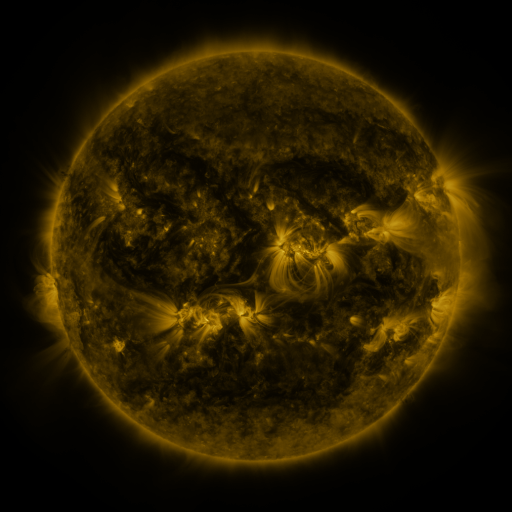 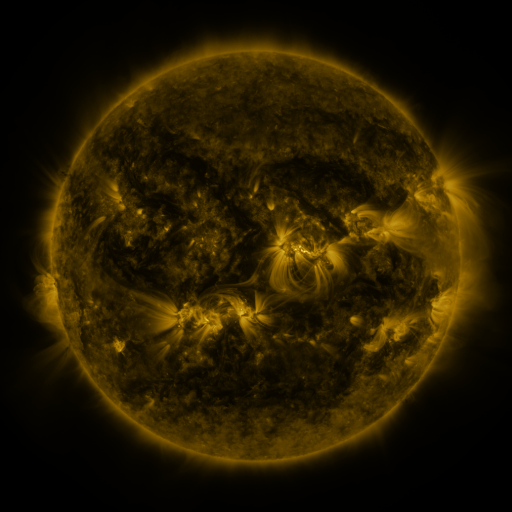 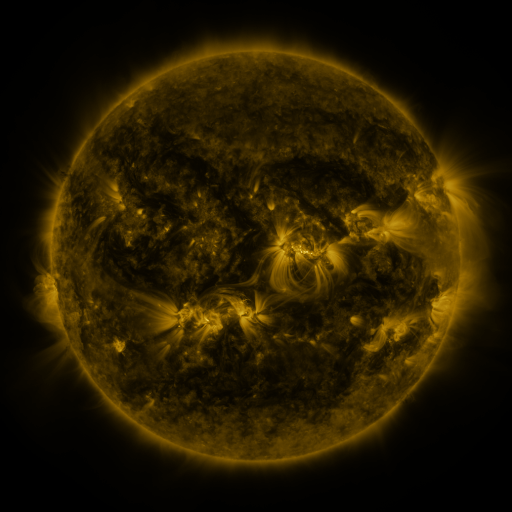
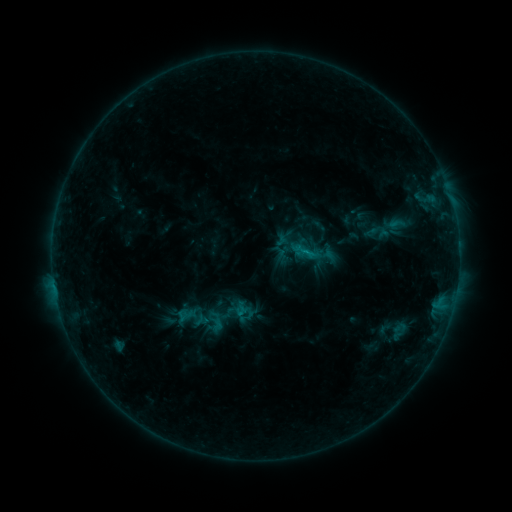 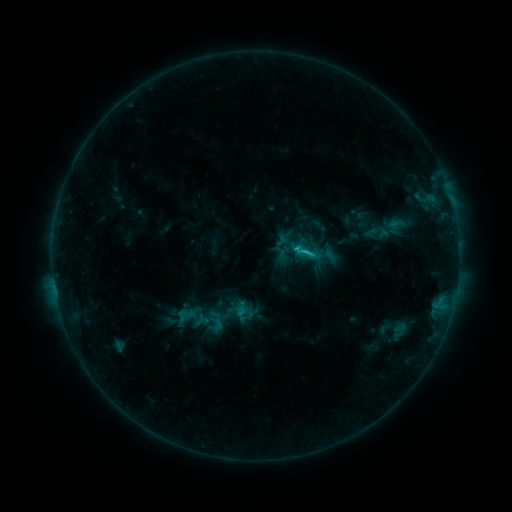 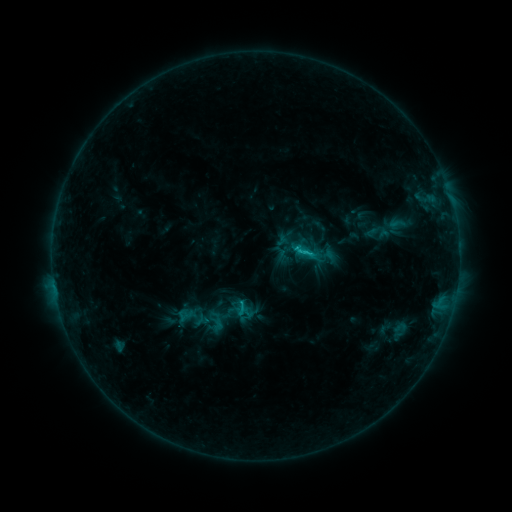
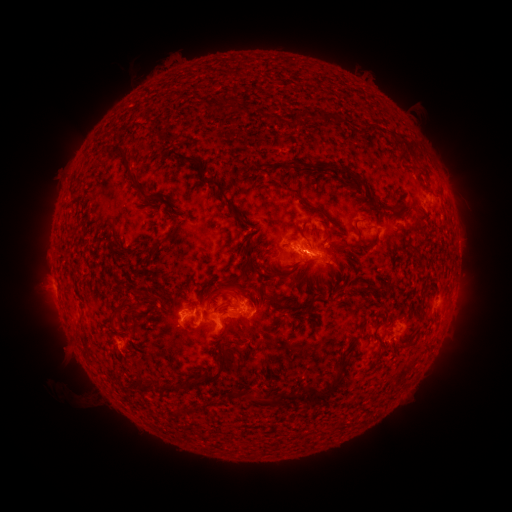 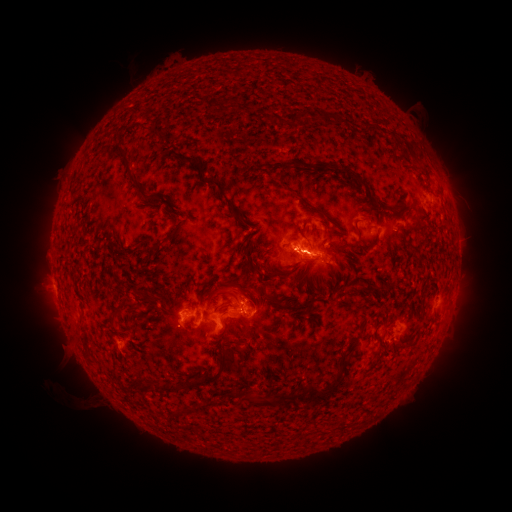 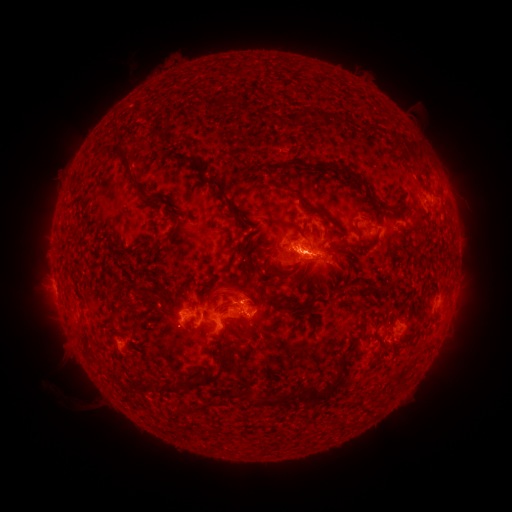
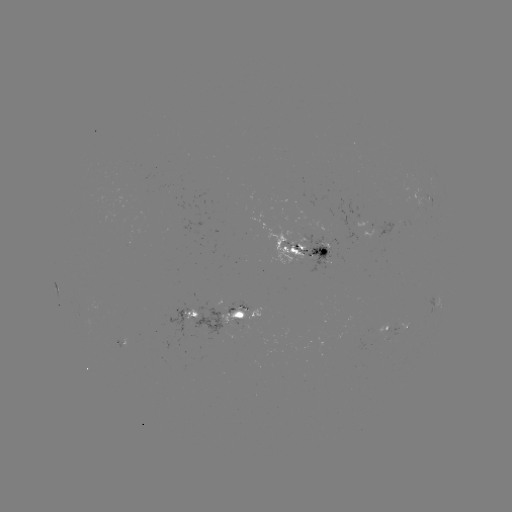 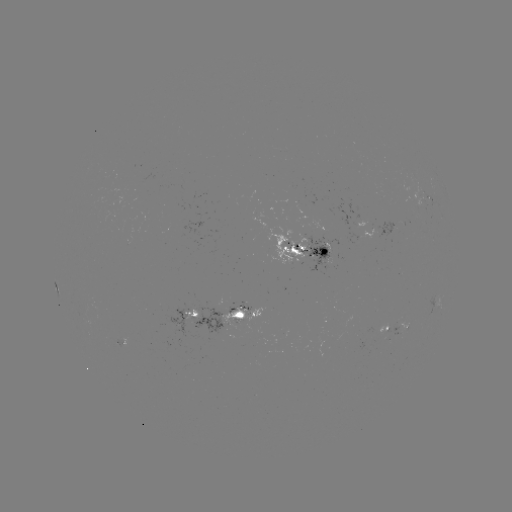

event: flare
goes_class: C2.4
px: (294, 248)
